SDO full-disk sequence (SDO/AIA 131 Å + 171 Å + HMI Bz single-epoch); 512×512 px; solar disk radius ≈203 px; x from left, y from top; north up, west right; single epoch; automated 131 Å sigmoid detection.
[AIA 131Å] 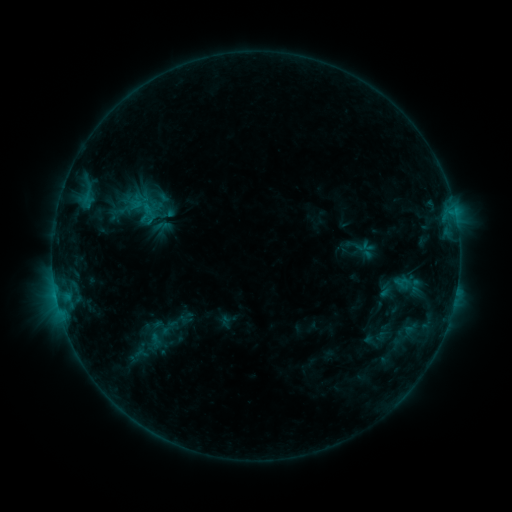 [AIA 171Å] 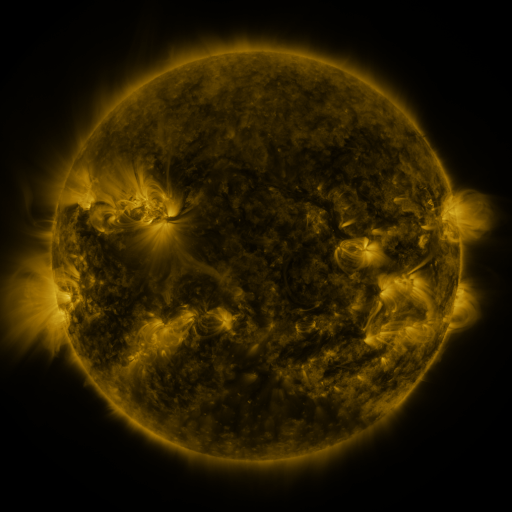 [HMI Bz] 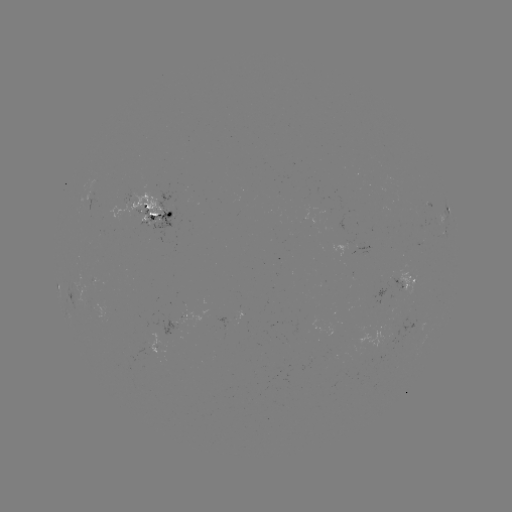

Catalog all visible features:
sigmoid: (137, 201, 161, 226)
